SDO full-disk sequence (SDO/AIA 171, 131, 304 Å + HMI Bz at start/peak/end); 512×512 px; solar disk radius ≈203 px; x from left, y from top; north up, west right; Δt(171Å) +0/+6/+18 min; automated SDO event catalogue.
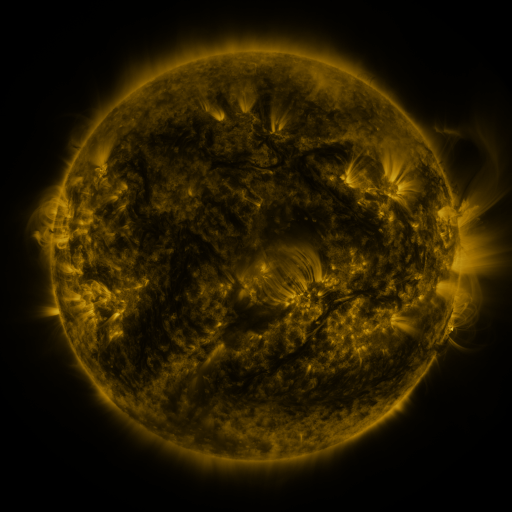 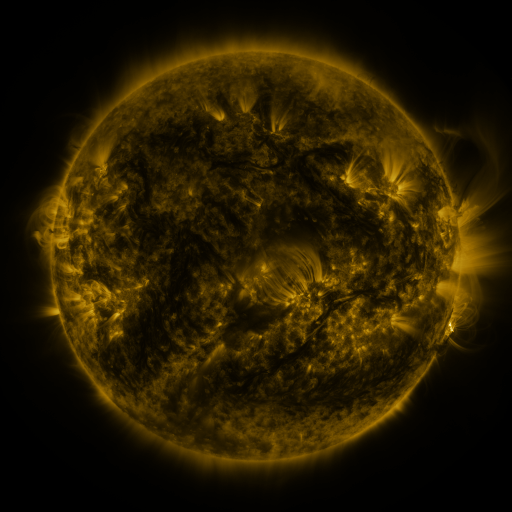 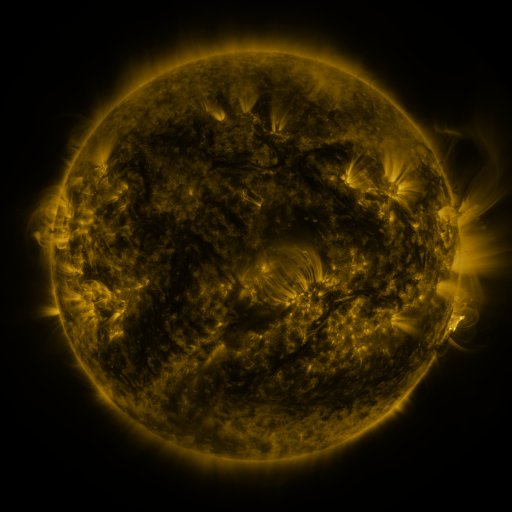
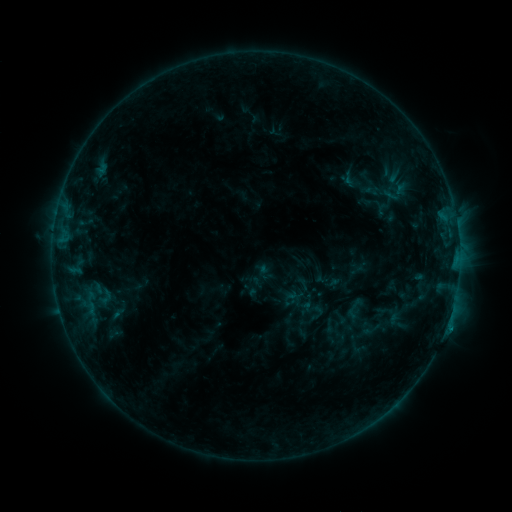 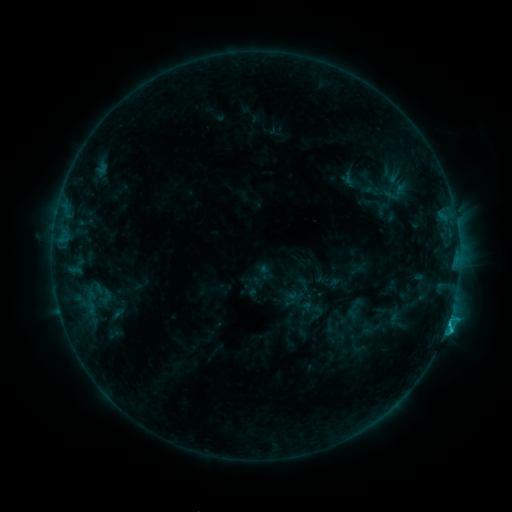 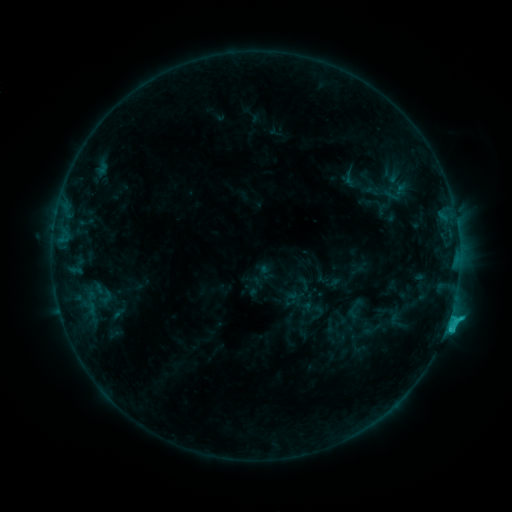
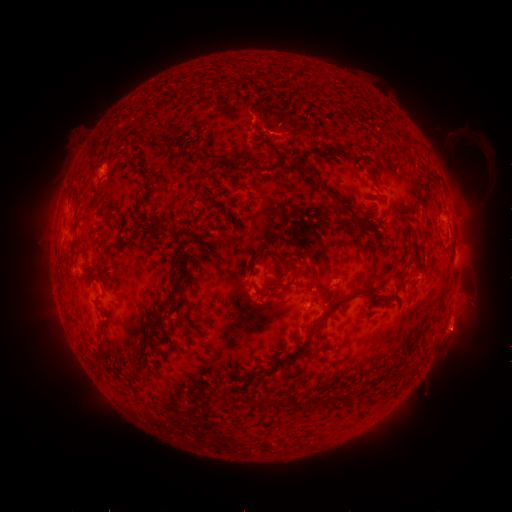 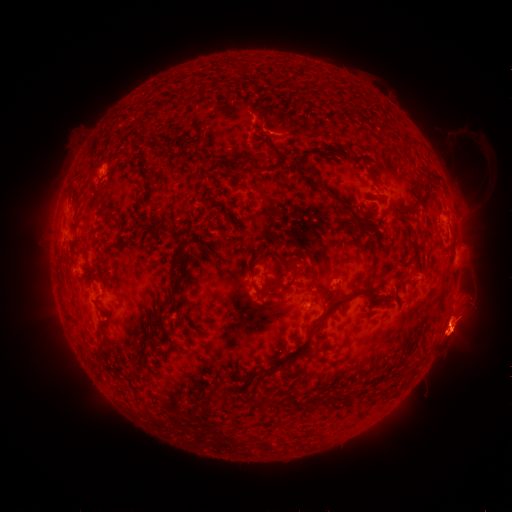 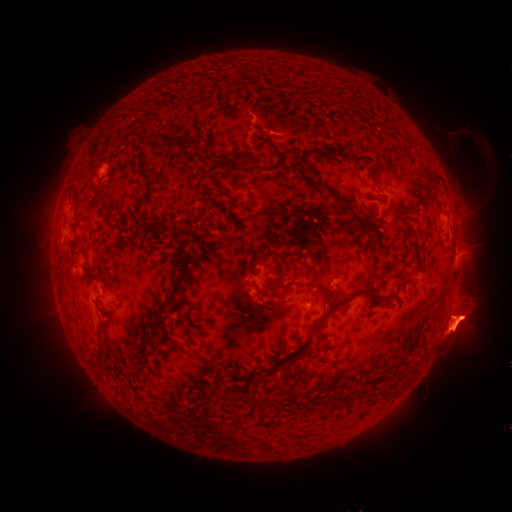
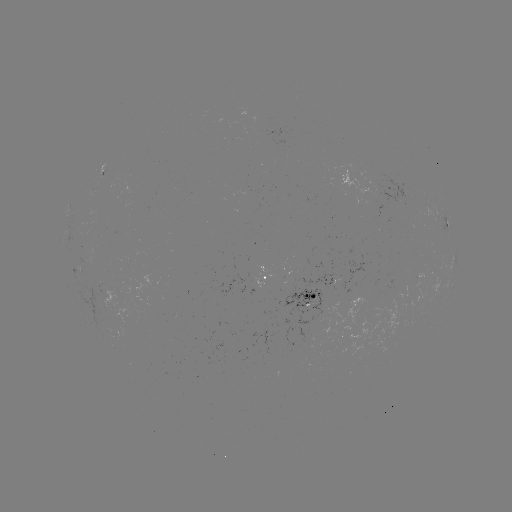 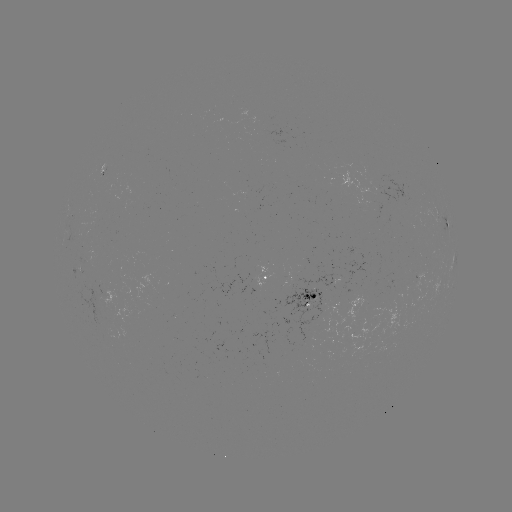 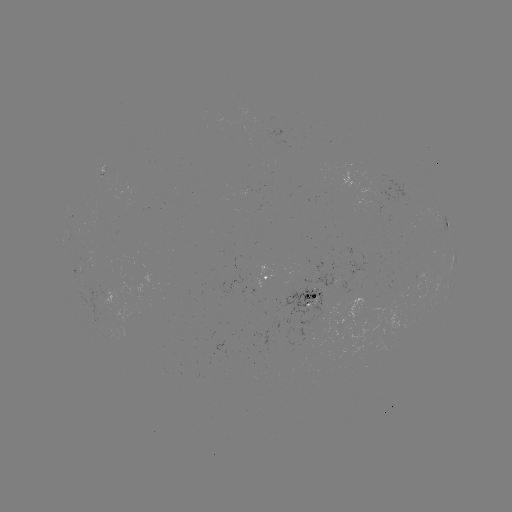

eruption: (405, 233, 500, 379)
